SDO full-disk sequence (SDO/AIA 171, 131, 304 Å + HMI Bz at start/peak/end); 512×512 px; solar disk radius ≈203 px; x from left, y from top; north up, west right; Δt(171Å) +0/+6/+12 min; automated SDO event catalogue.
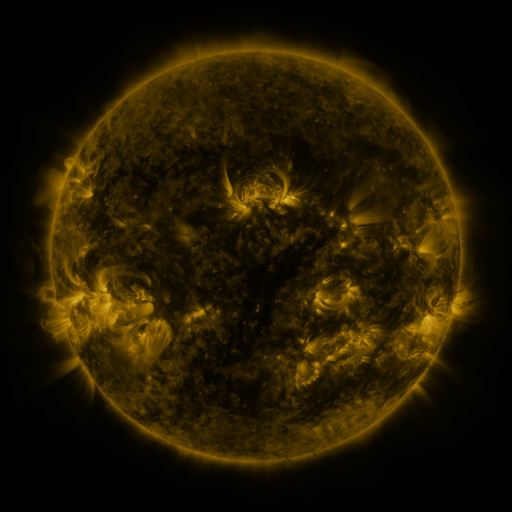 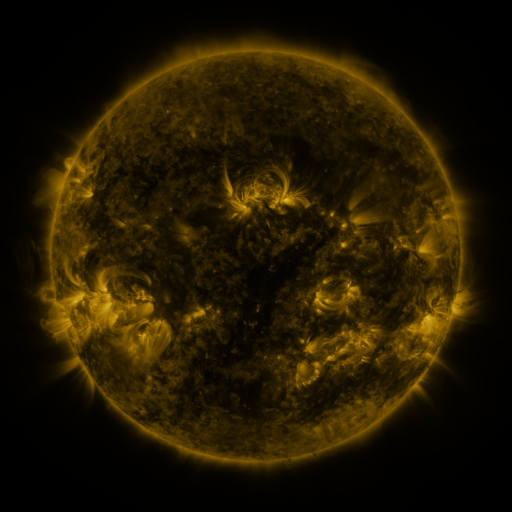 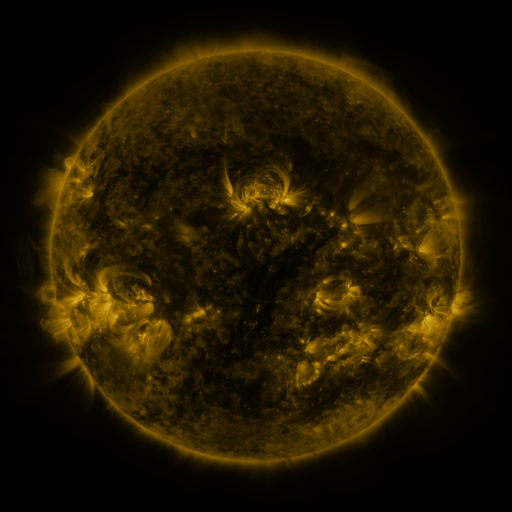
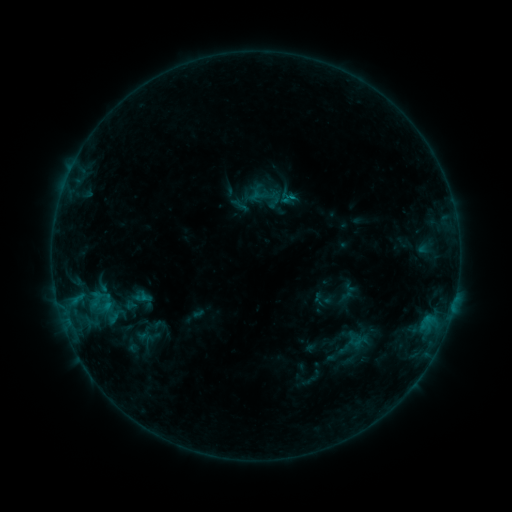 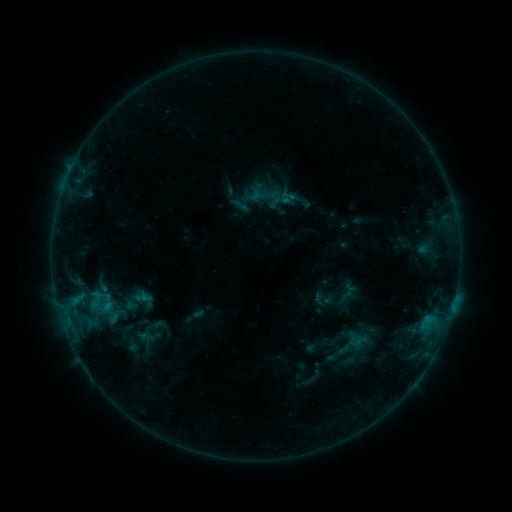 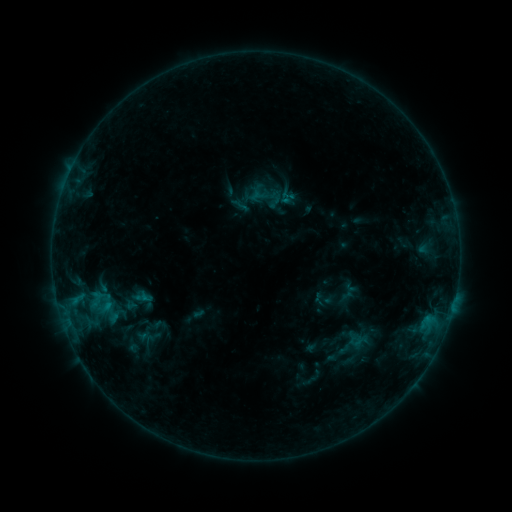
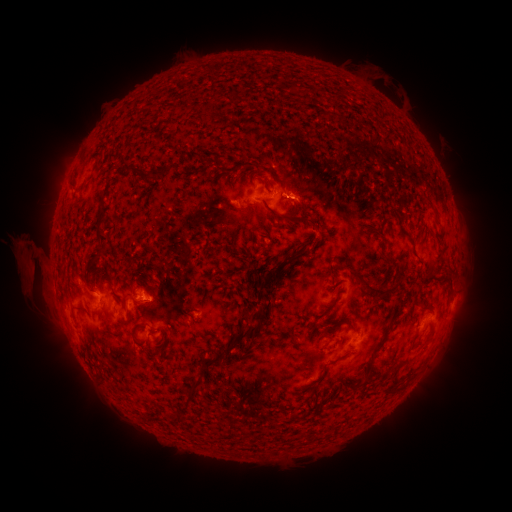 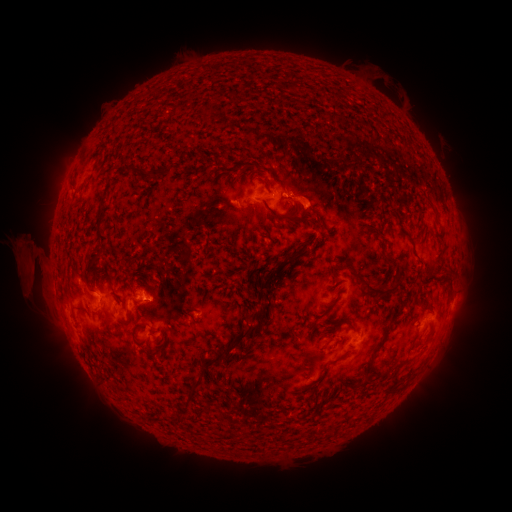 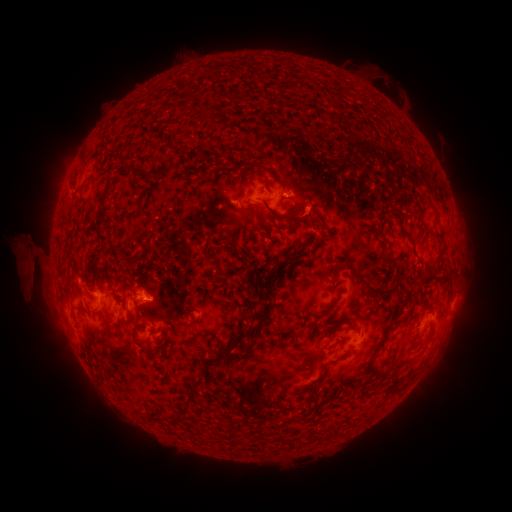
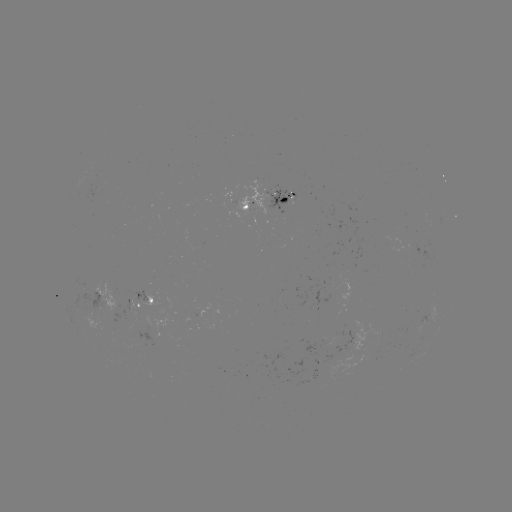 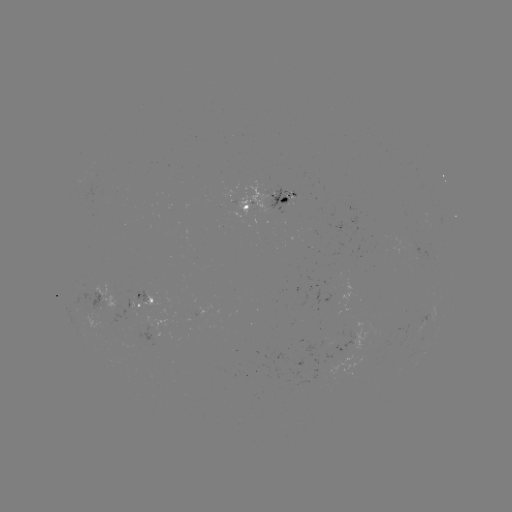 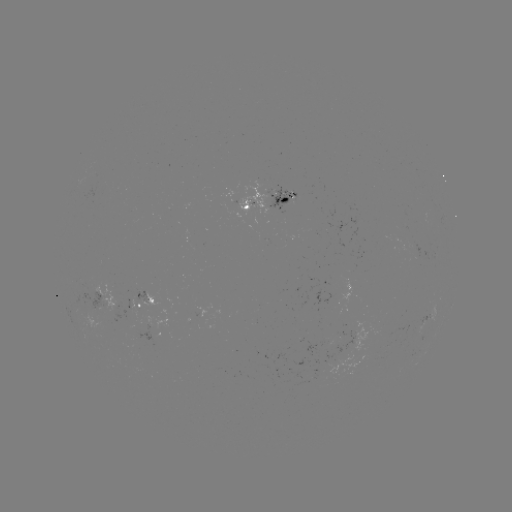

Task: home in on eruption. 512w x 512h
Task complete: [311, 200].